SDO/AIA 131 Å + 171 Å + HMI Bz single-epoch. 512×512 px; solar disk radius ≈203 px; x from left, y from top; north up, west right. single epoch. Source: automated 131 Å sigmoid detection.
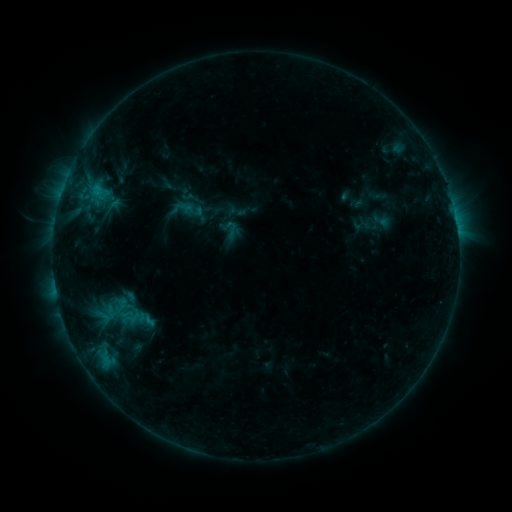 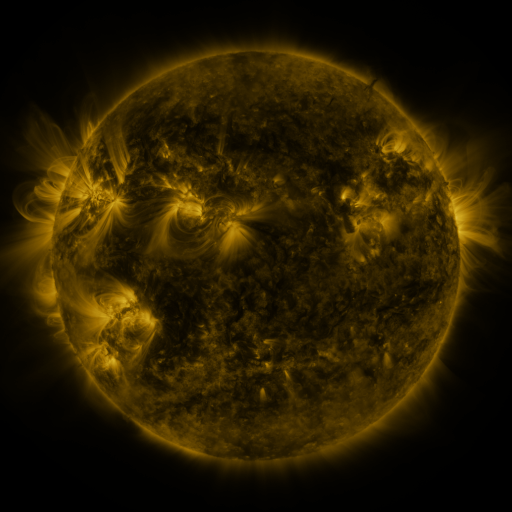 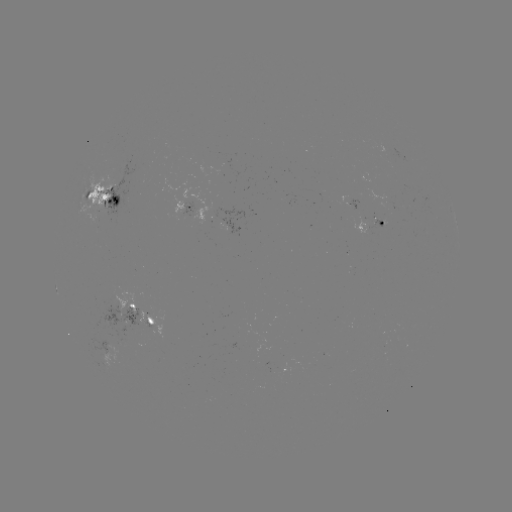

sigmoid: [221, 219, 240, 238]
